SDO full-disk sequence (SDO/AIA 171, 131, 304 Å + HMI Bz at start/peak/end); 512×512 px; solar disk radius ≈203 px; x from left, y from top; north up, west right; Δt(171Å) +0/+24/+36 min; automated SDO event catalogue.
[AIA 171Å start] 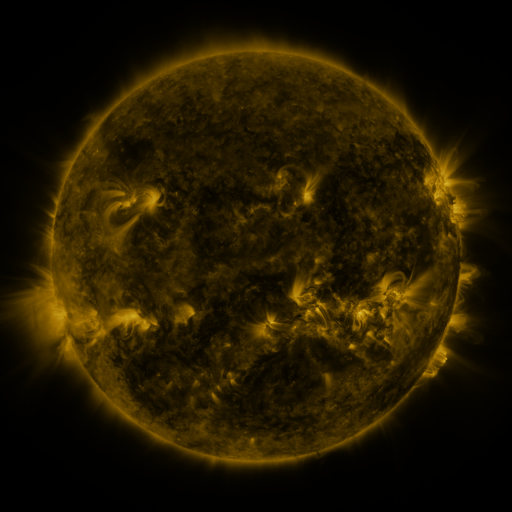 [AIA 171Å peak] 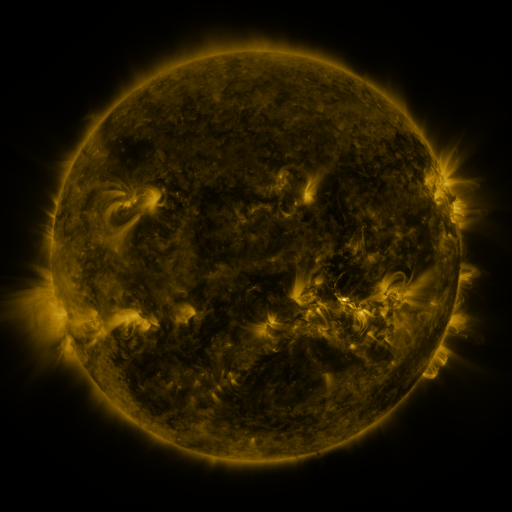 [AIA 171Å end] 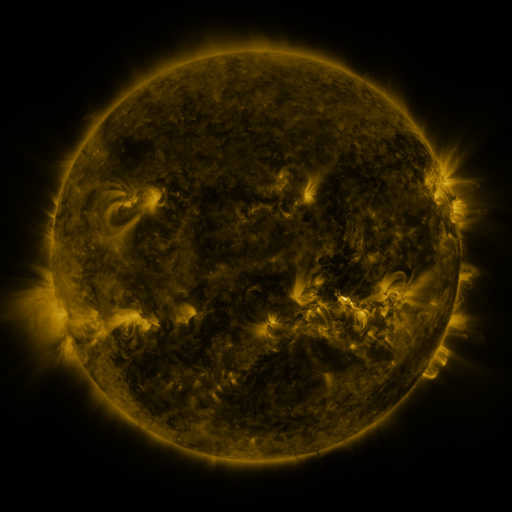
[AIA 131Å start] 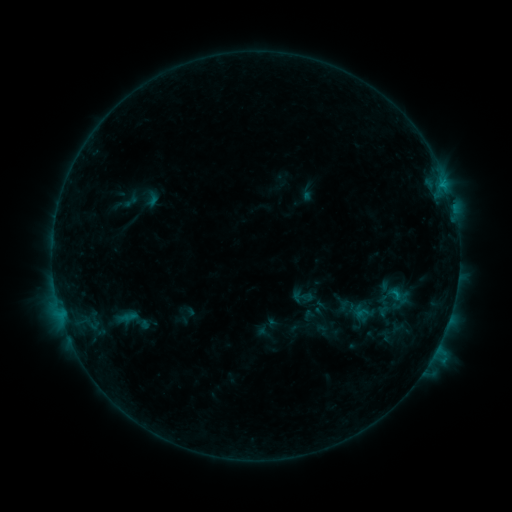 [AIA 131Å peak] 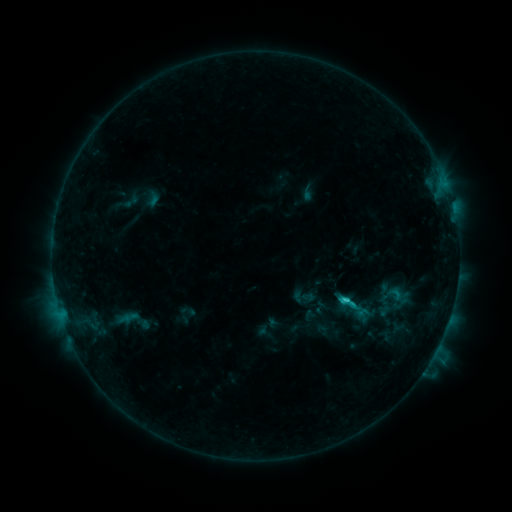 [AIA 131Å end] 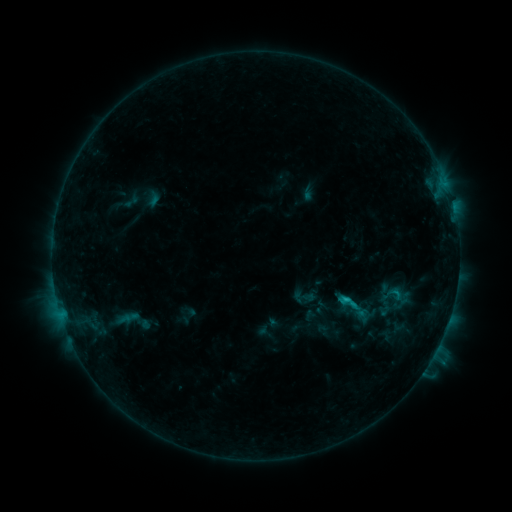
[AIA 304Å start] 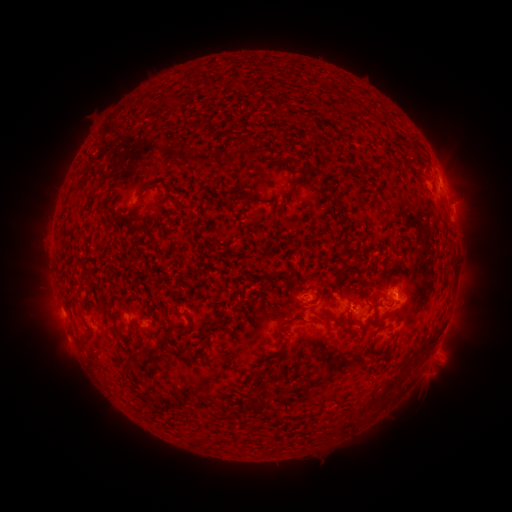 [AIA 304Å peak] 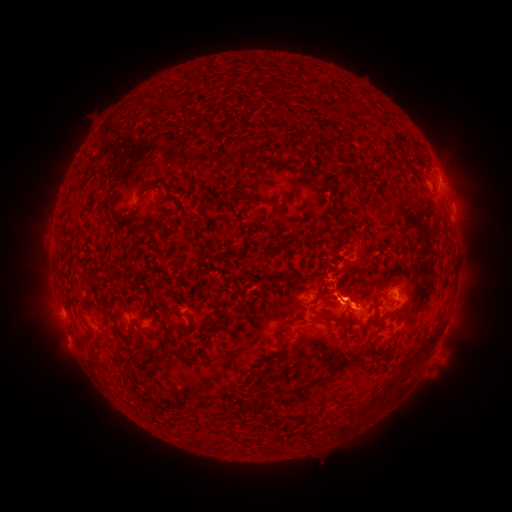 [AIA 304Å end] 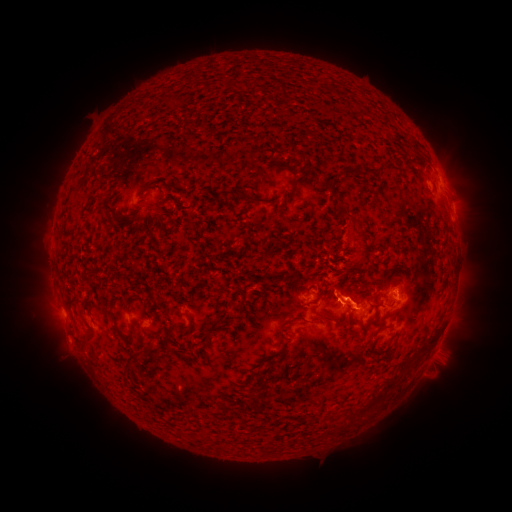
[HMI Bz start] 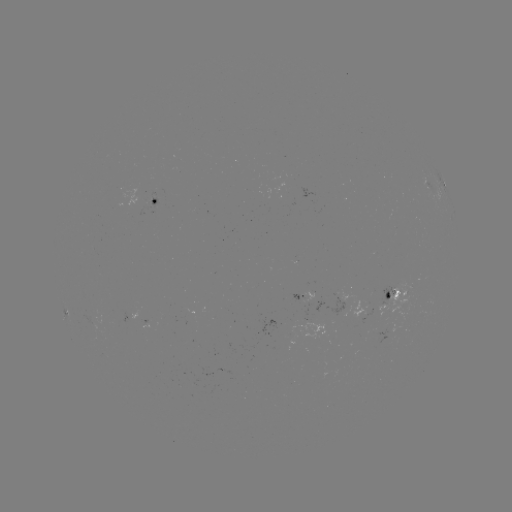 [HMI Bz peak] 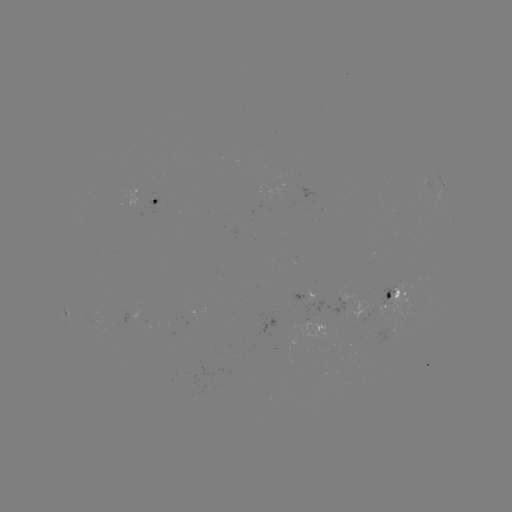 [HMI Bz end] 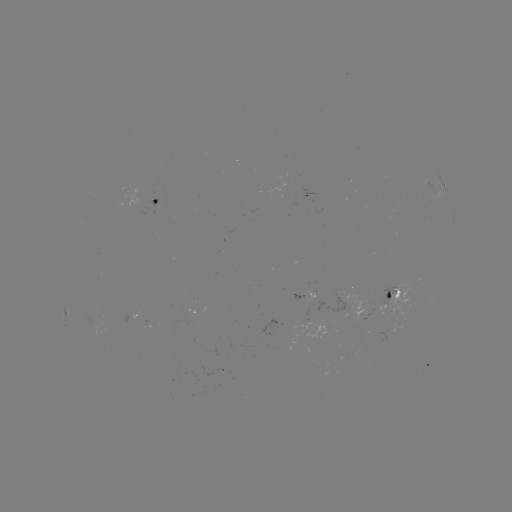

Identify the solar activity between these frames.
C1.8 flare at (344, 297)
